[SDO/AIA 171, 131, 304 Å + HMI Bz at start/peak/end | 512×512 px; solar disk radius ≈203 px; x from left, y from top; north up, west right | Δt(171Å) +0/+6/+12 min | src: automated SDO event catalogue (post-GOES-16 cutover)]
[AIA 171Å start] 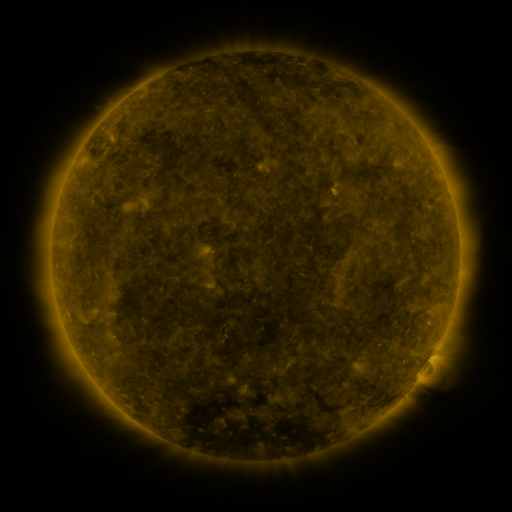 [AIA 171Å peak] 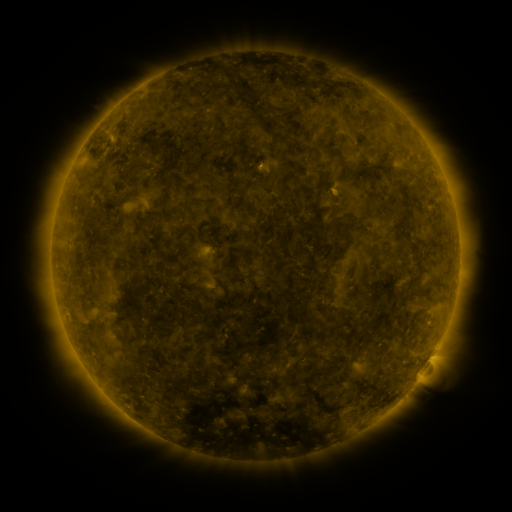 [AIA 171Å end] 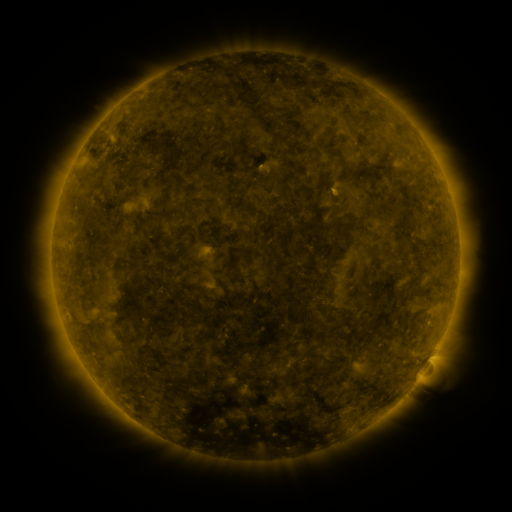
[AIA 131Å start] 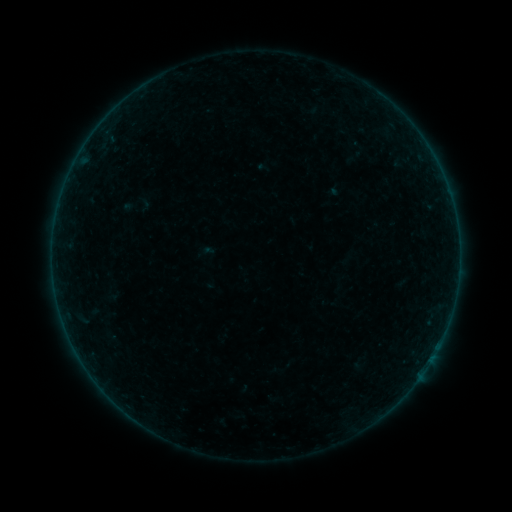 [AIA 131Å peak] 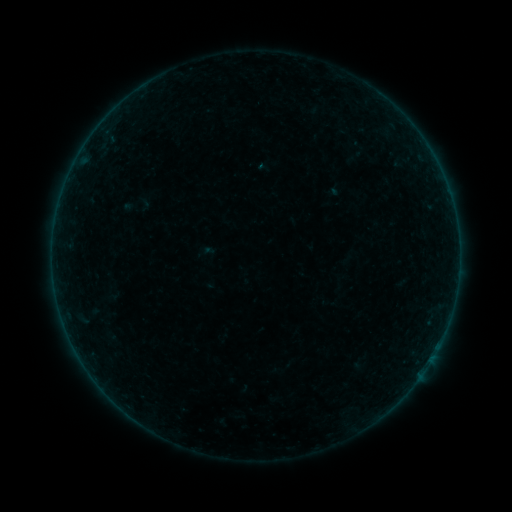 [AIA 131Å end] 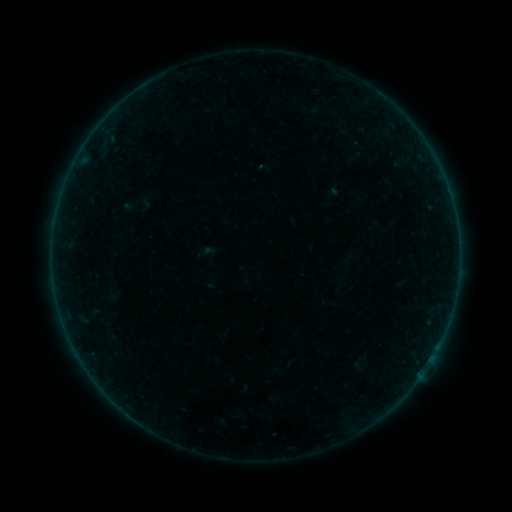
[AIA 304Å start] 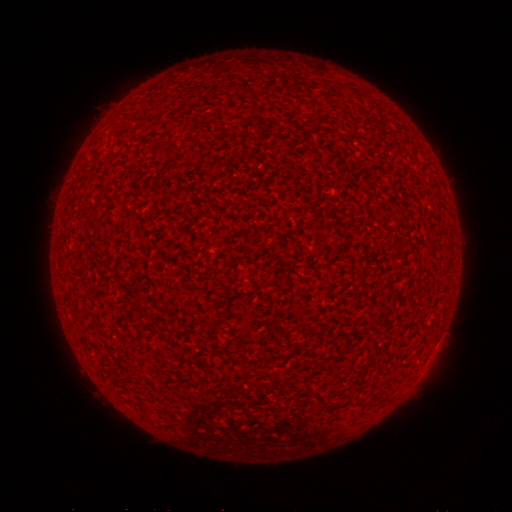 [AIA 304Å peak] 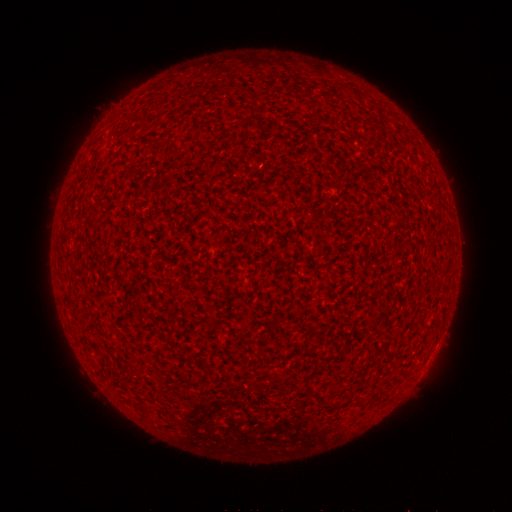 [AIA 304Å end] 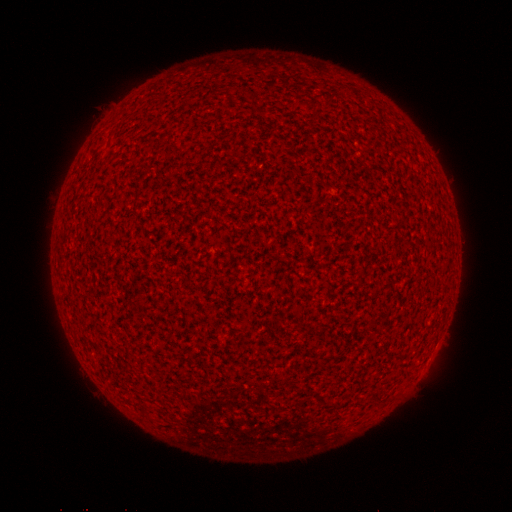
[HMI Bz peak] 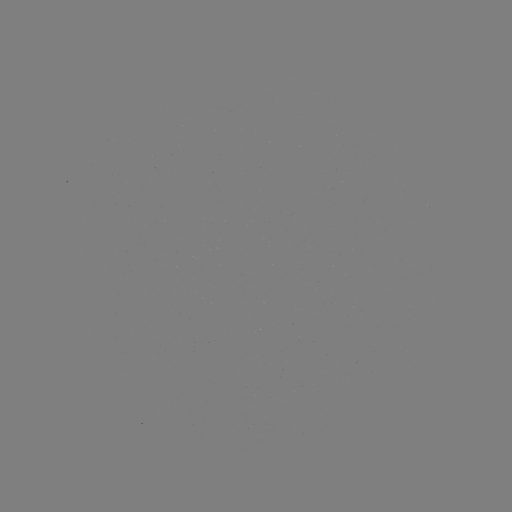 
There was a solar flare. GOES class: A9.0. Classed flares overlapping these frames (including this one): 1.